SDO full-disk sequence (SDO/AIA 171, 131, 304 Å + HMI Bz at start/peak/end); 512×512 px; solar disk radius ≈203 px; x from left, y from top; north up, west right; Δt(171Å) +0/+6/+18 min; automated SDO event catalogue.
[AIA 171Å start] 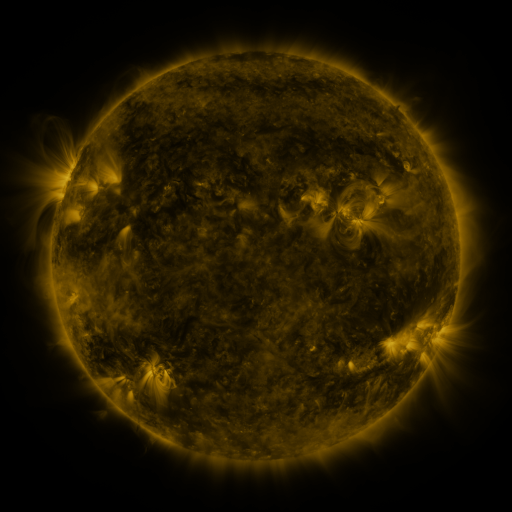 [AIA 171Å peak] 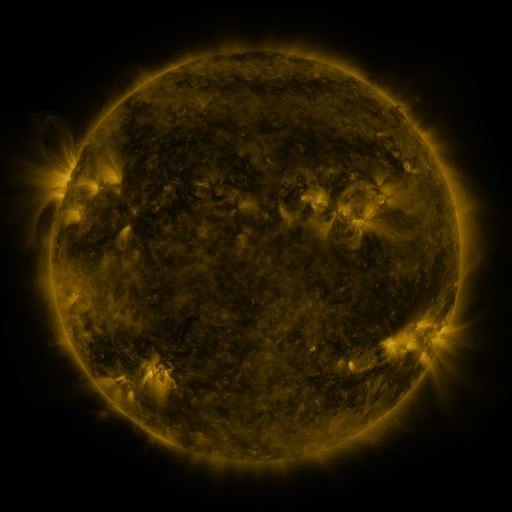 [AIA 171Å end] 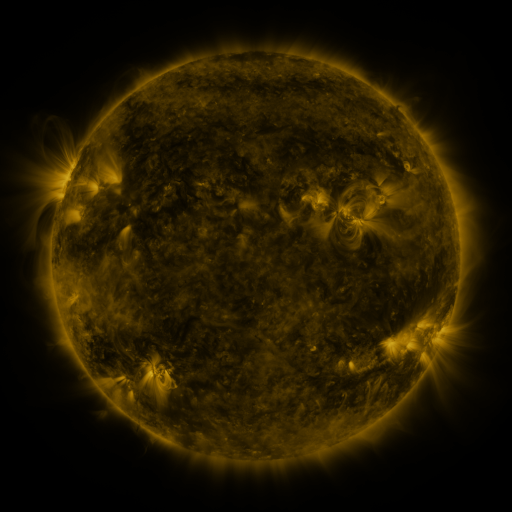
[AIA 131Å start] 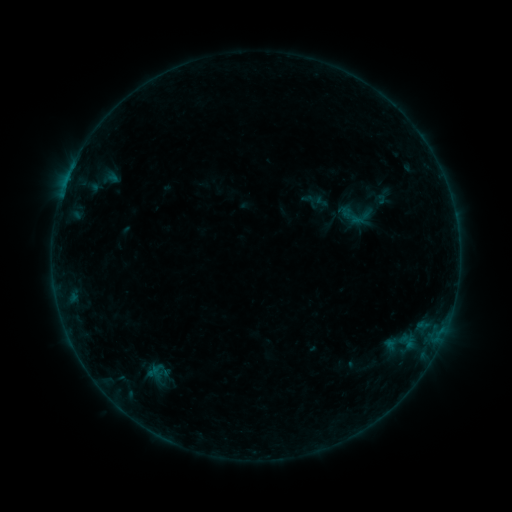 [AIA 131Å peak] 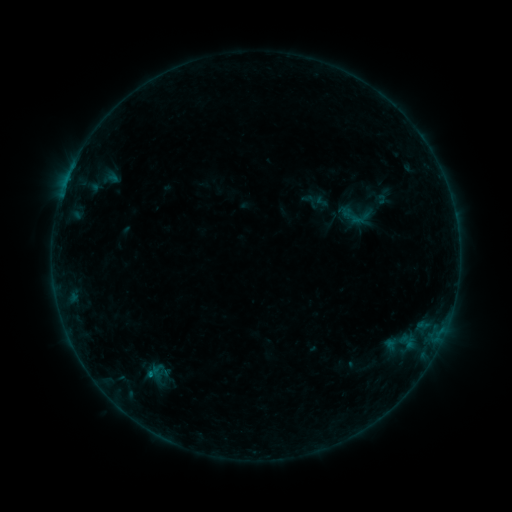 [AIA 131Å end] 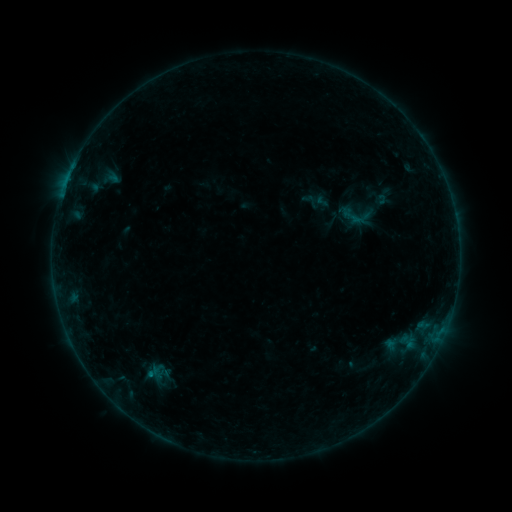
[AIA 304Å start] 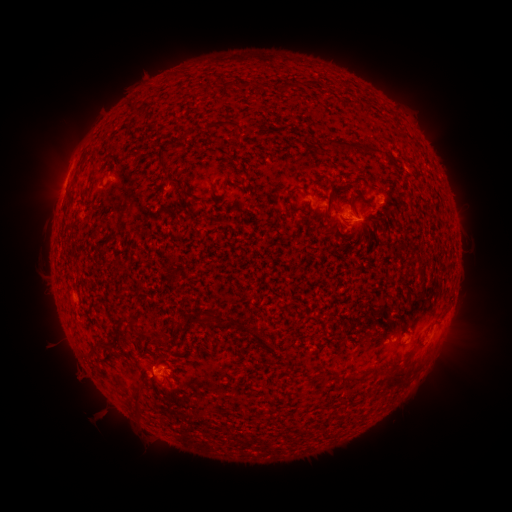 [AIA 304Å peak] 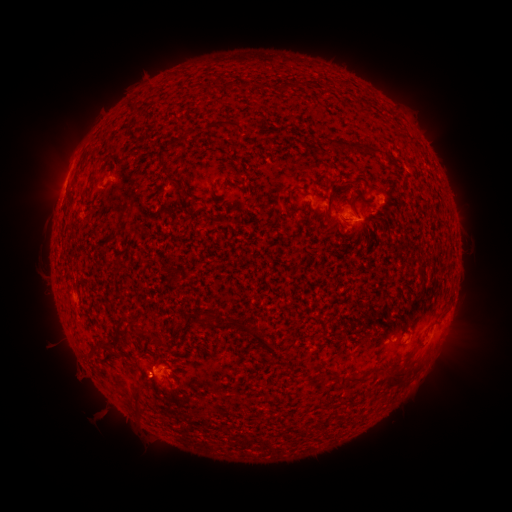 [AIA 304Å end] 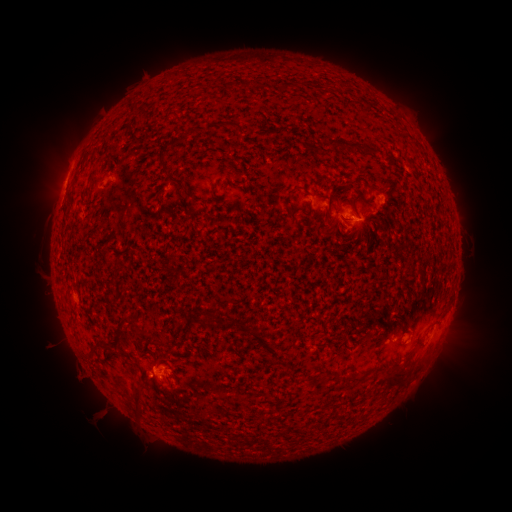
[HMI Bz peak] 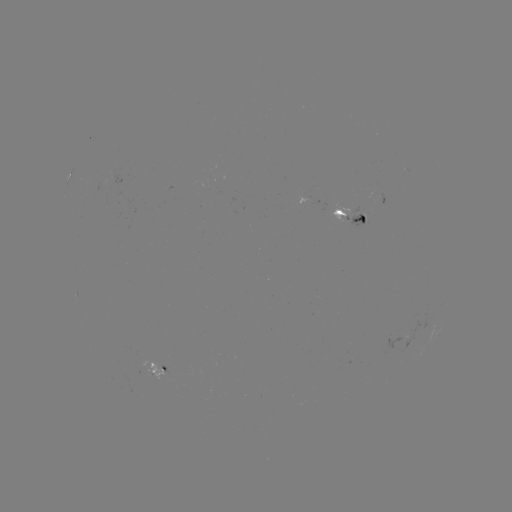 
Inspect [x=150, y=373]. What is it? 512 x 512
B4.5 flare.